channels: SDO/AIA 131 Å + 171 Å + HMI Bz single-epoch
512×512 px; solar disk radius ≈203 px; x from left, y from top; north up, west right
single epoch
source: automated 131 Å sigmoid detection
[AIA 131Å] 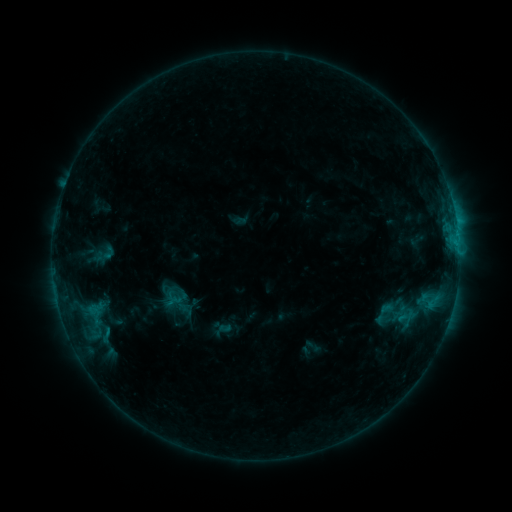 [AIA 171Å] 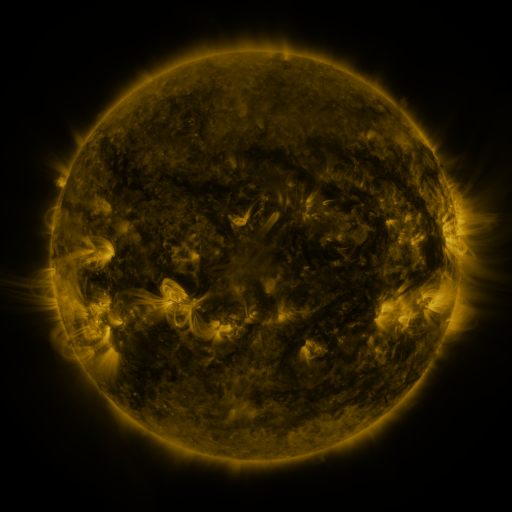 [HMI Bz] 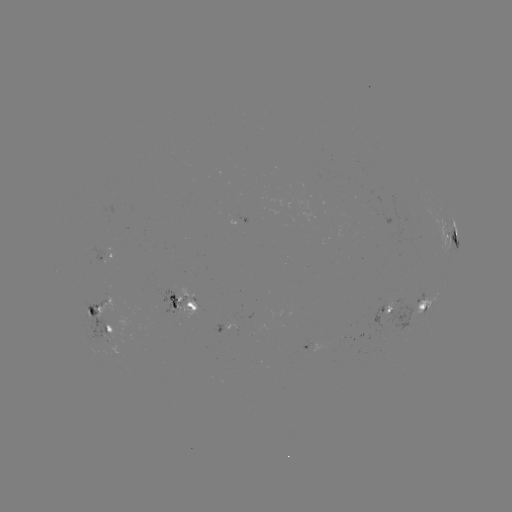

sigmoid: <bbox>168, 290, 192, 313</bbox>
